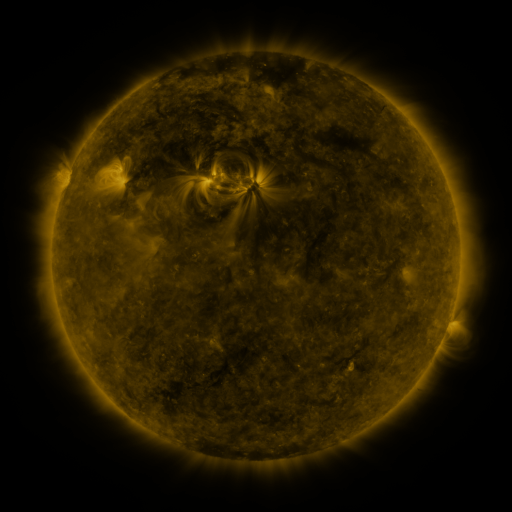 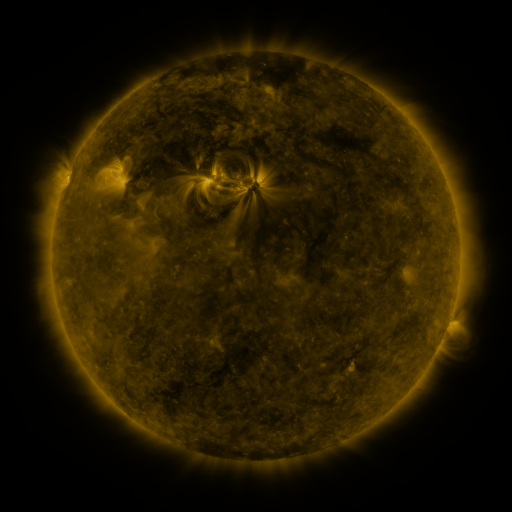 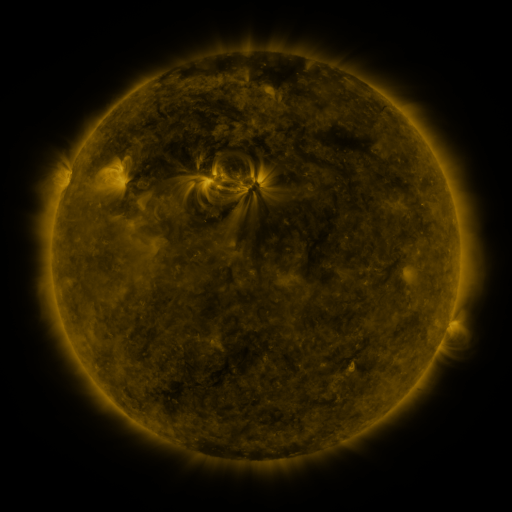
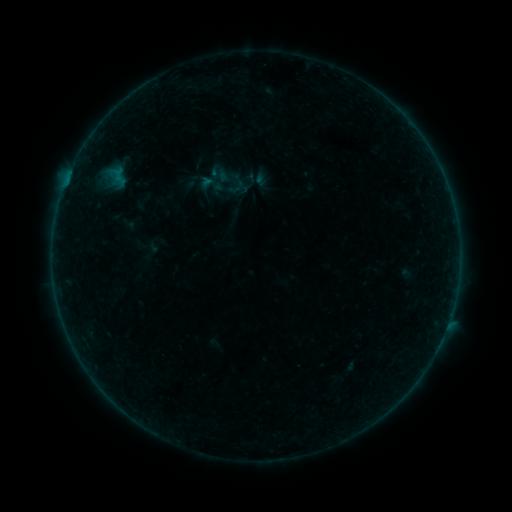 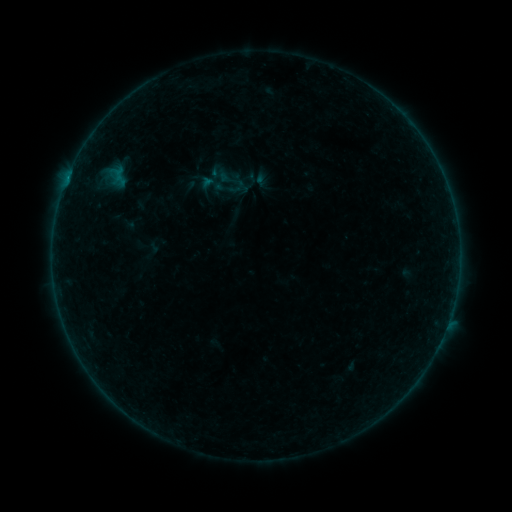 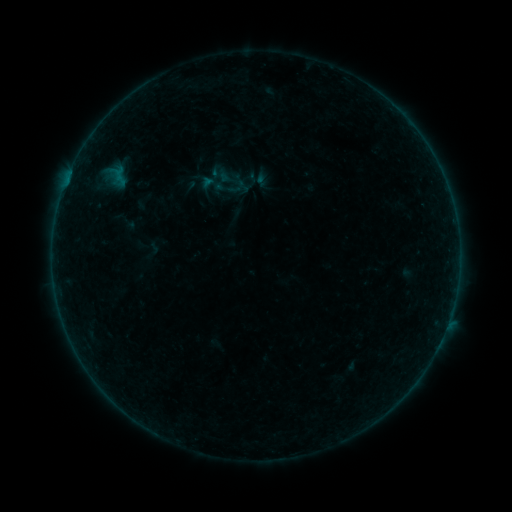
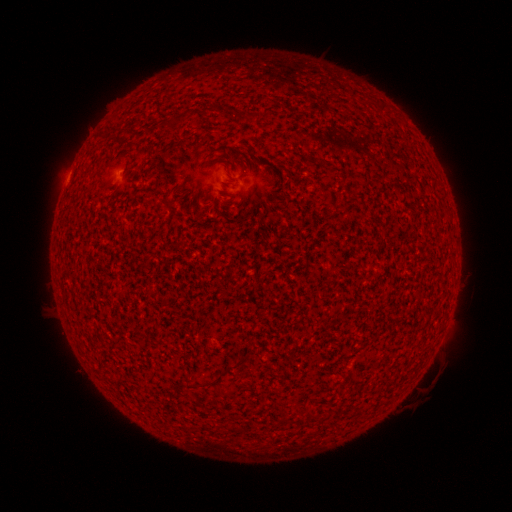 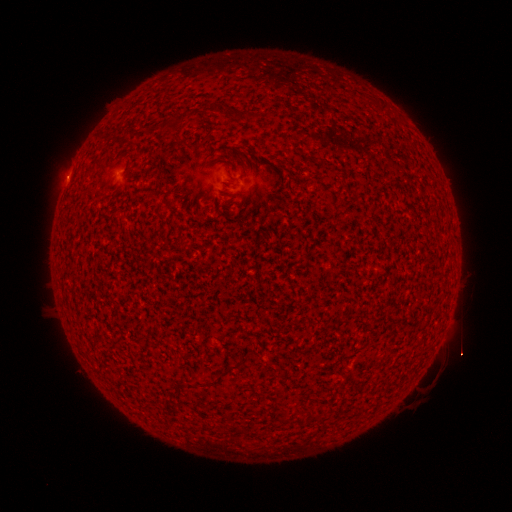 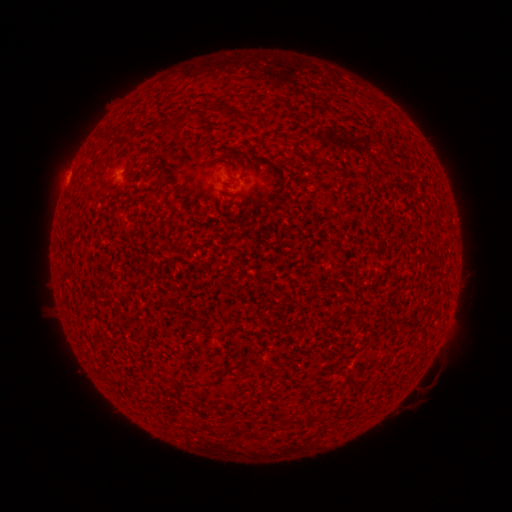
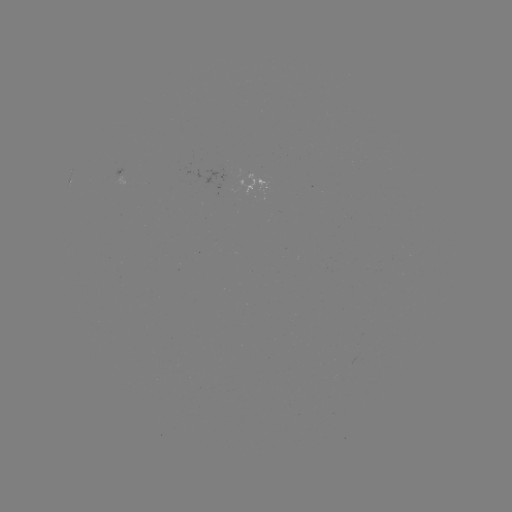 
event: flare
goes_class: A7.5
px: (67, 181)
